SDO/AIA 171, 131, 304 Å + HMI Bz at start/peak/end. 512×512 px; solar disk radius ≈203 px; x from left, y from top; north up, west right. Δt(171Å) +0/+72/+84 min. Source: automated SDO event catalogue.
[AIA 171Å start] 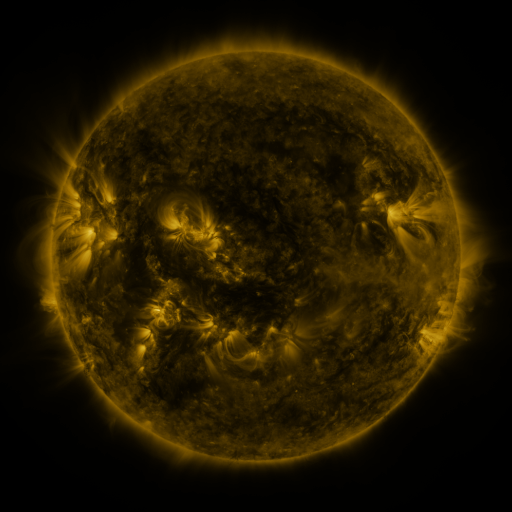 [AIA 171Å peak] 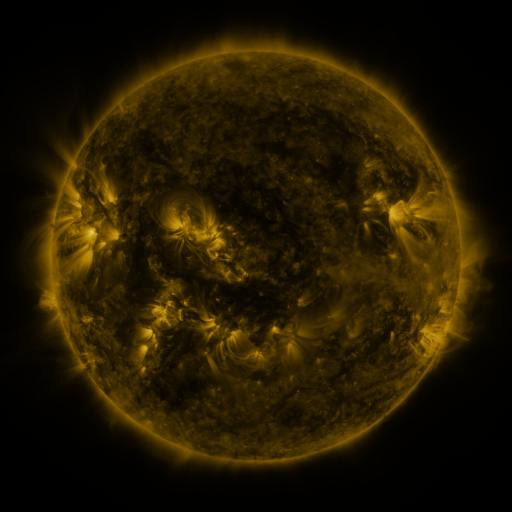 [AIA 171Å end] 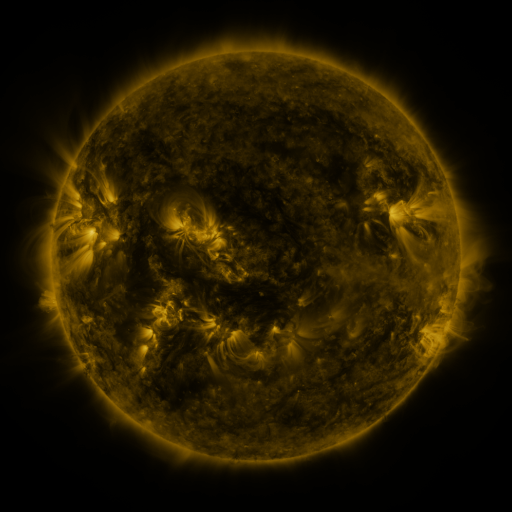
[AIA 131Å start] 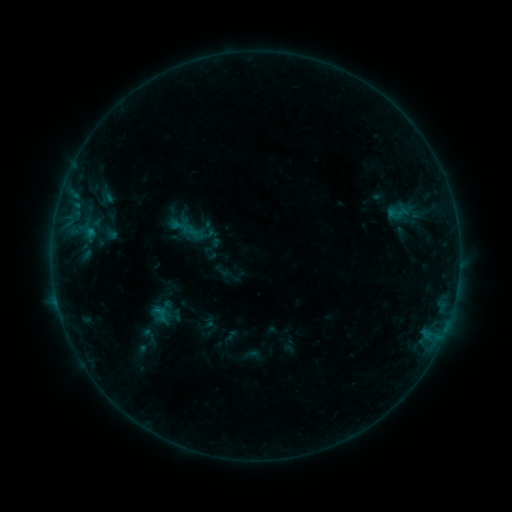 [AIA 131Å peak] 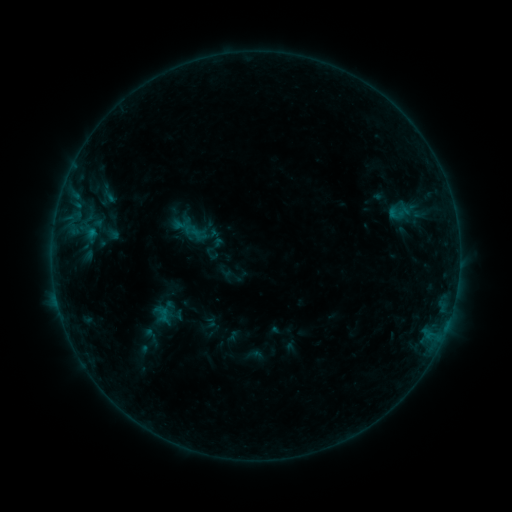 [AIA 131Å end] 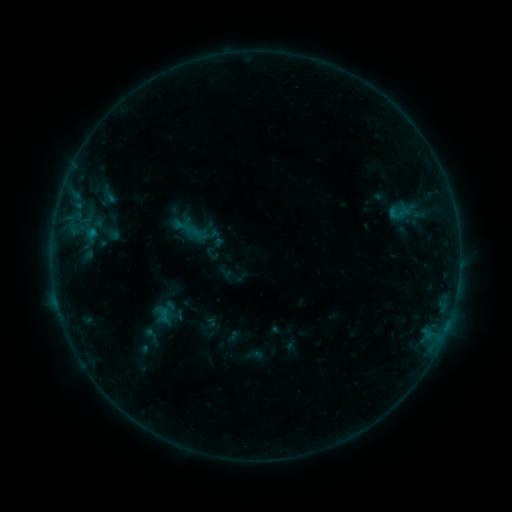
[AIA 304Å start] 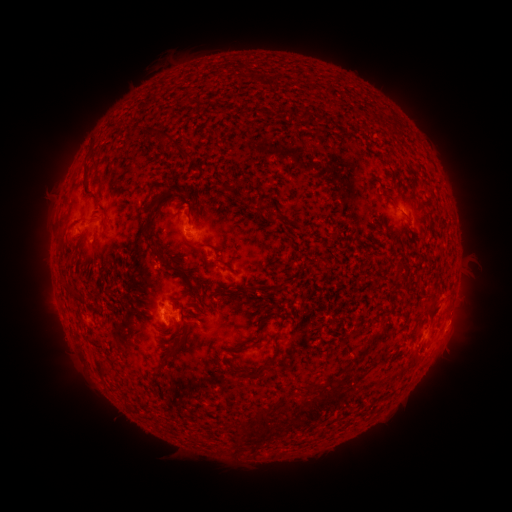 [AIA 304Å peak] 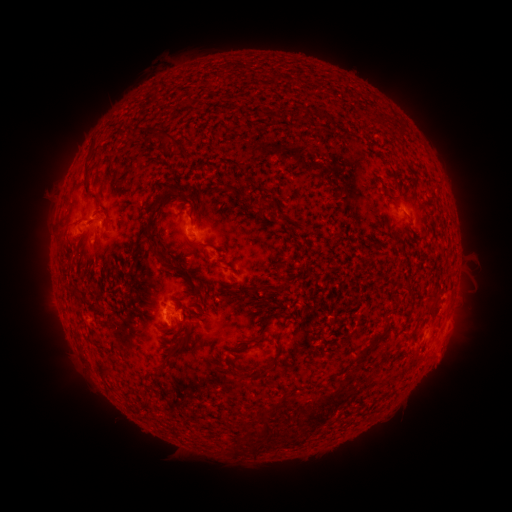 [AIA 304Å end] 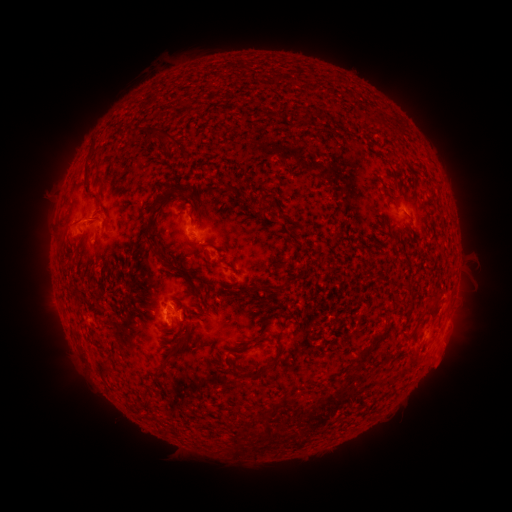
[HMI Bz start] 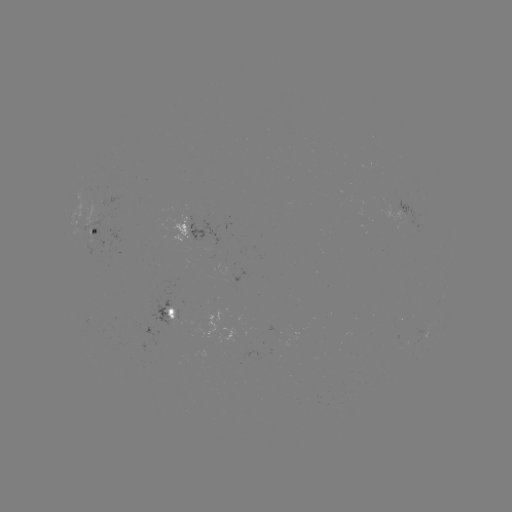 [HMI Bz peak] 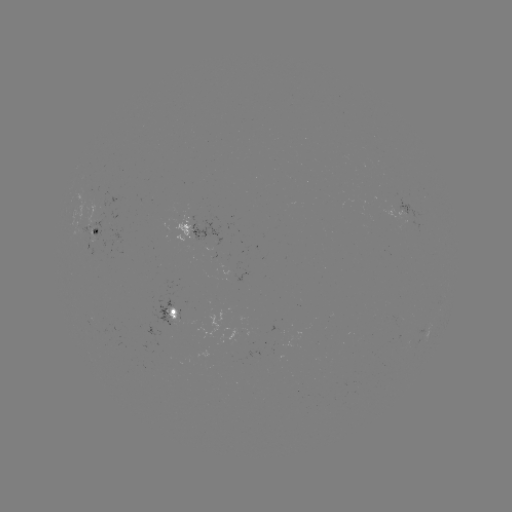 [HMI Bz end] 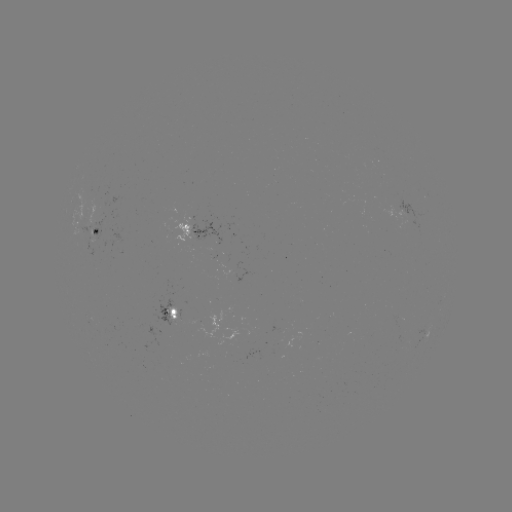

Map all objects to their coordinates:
emerging-flux region: (99, 238)
